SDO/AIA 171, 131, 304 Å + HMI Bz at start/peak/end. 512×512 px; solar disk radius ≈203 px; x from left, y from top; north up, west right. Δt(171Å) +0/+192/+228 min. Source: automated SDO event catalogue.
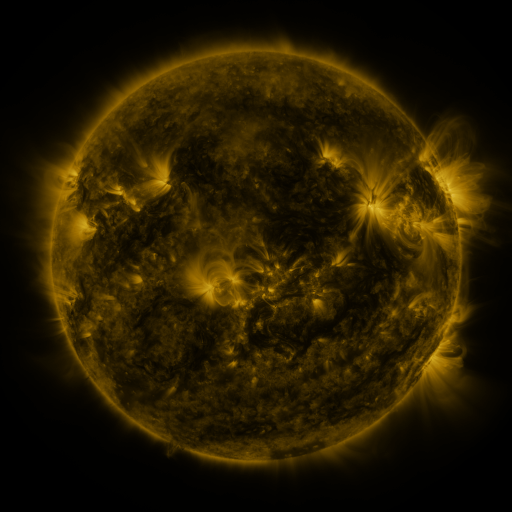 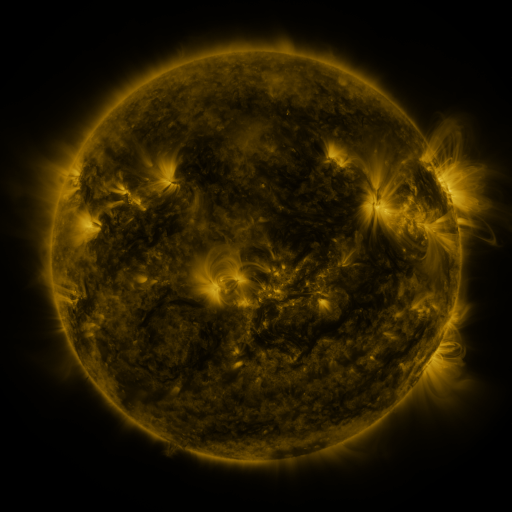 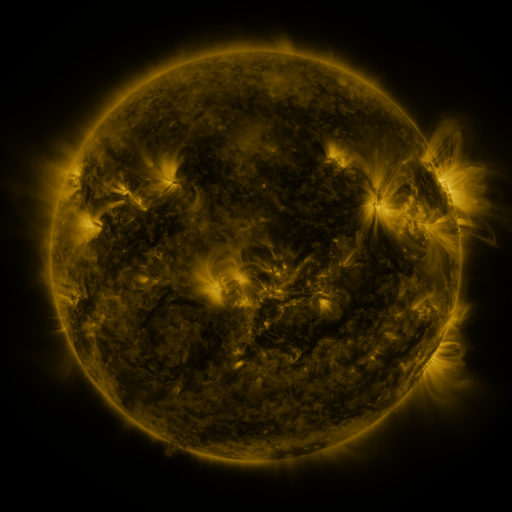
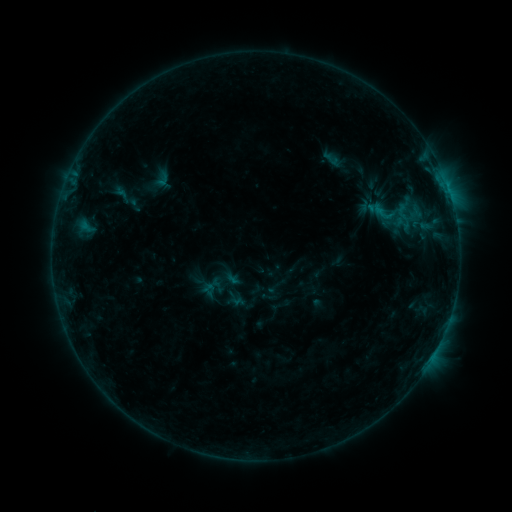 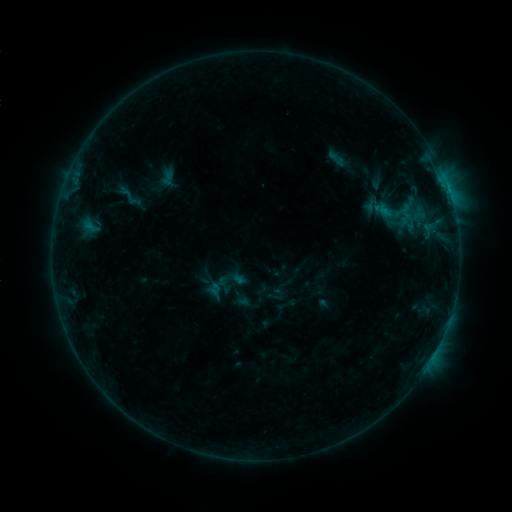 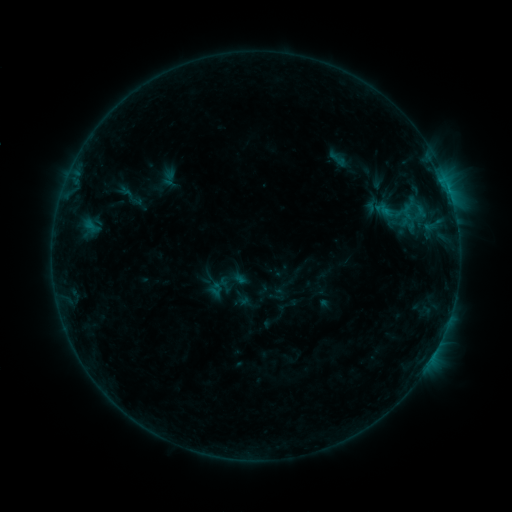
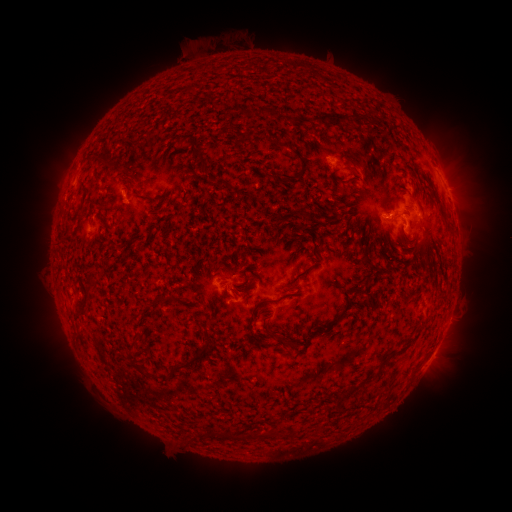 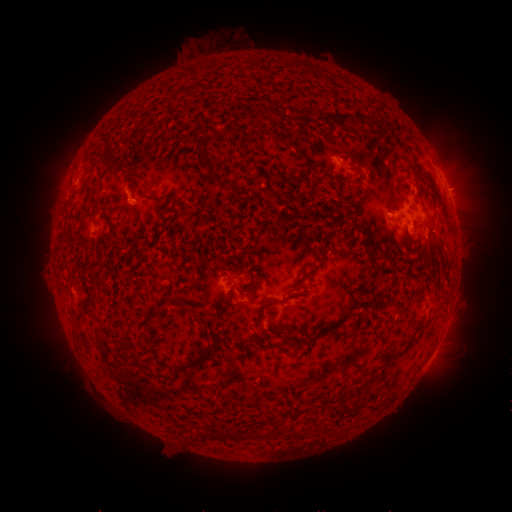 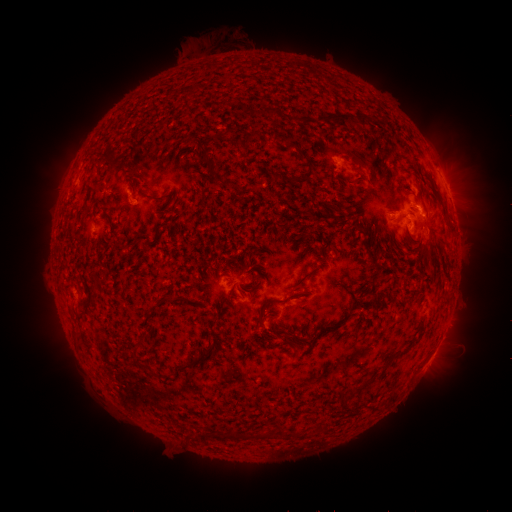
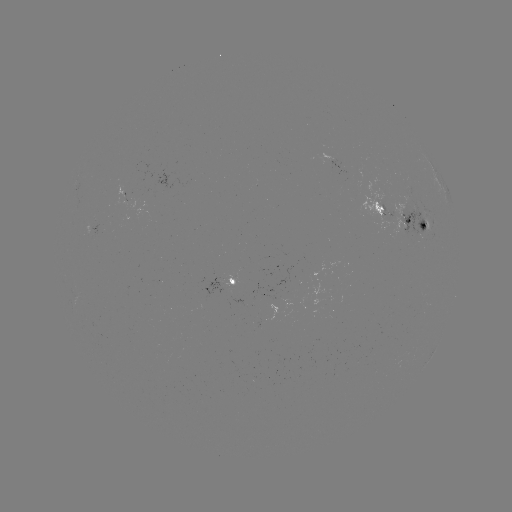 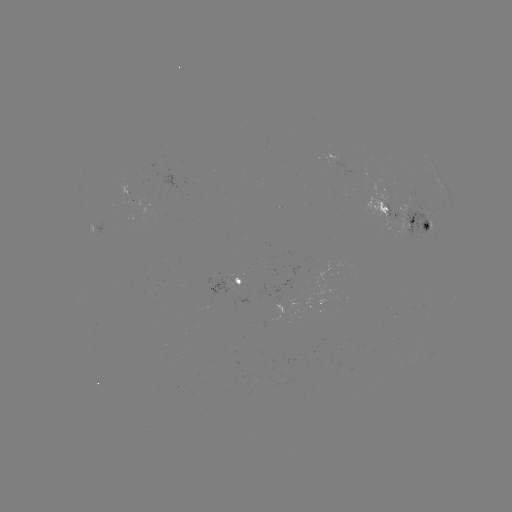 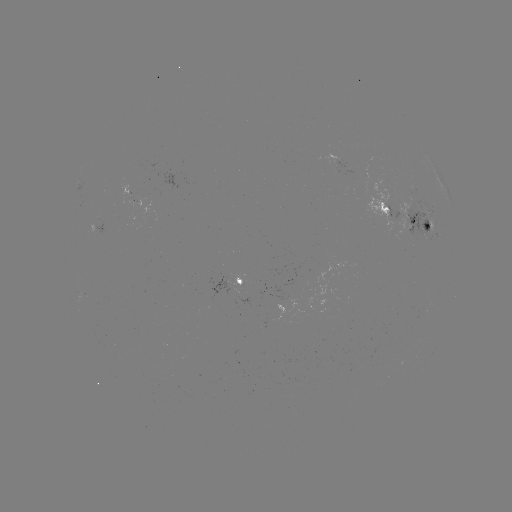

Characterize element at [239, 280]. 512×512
emerging-flux region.